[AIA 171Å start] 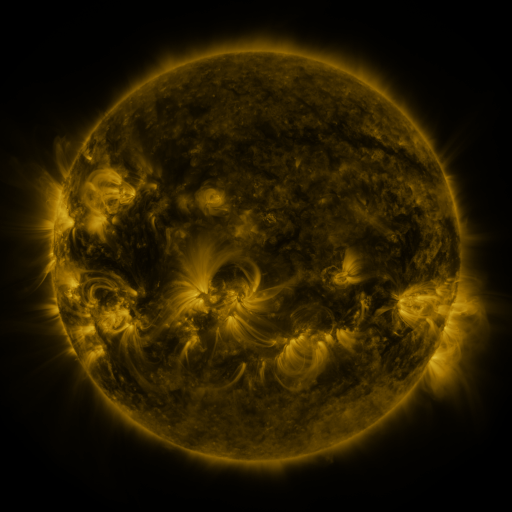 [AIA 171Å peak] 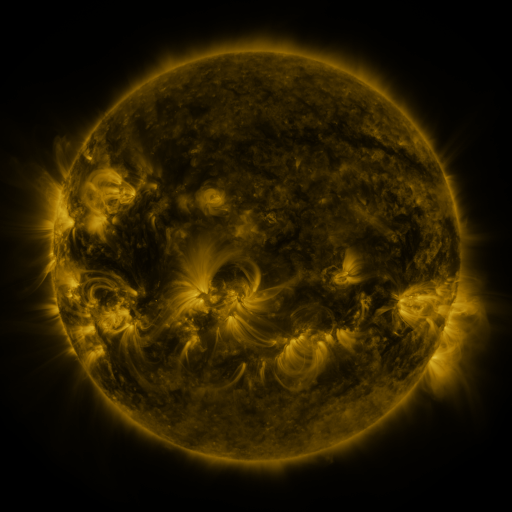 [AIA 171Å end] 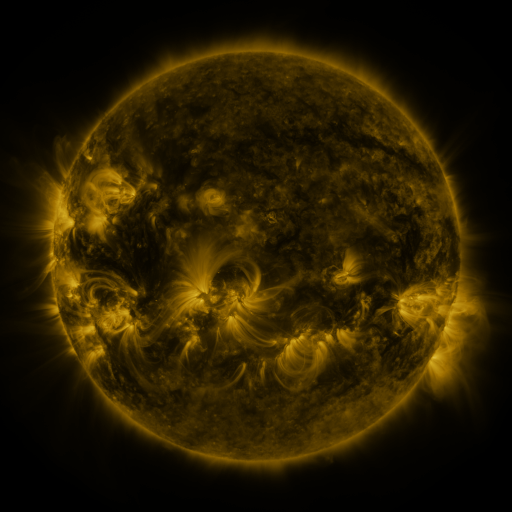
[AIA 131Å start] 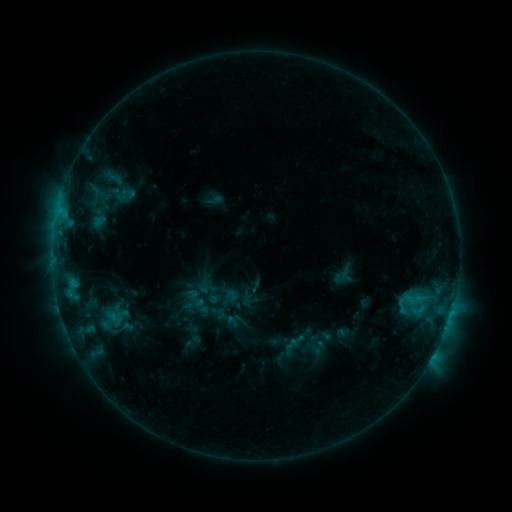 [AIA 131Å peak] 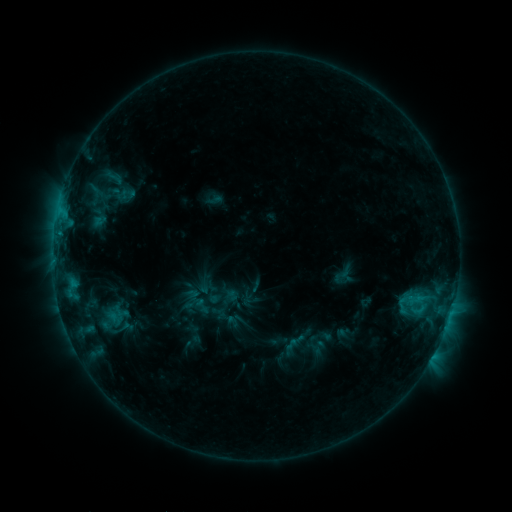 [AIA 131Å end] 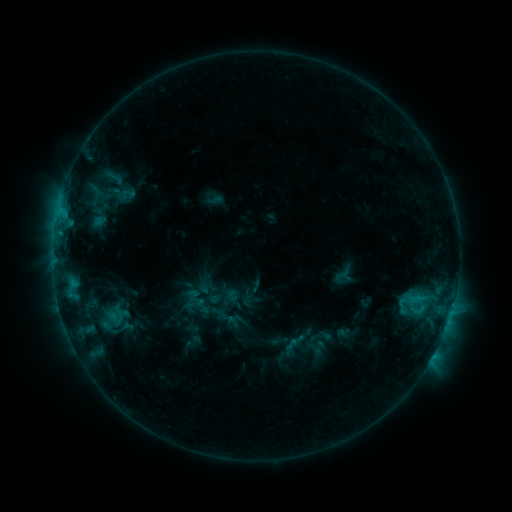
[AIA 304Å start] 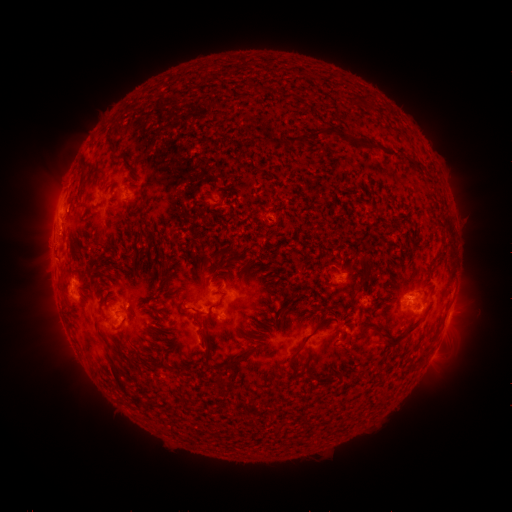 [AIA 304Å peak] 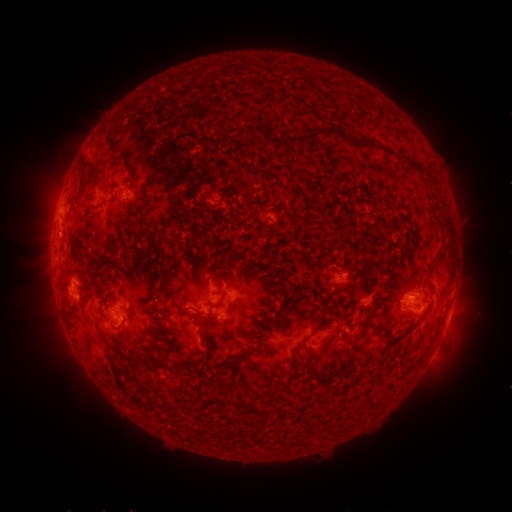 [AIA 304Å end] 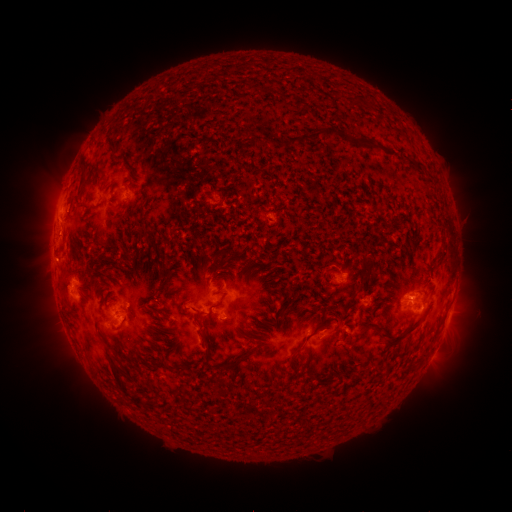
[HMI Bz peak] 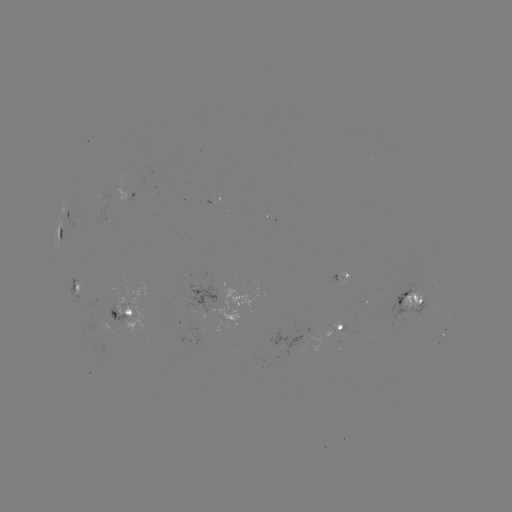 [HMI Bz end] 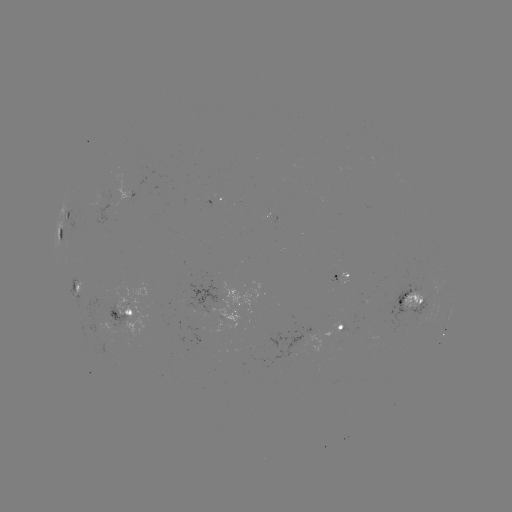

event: eruption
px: (51, 250)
